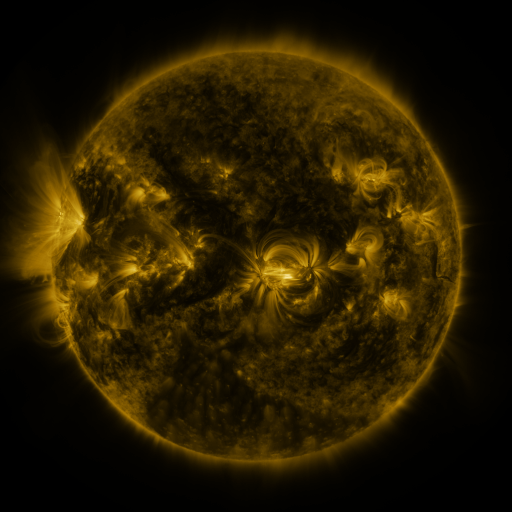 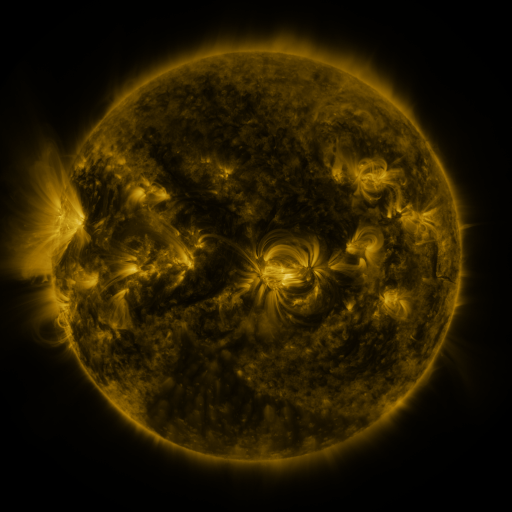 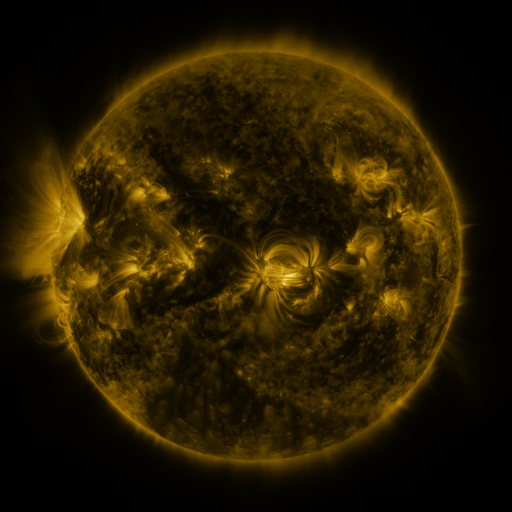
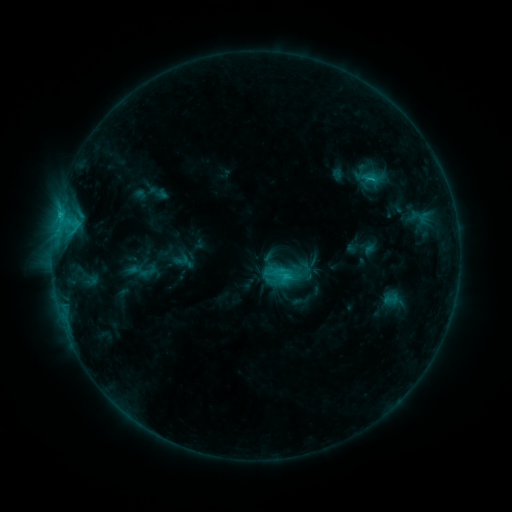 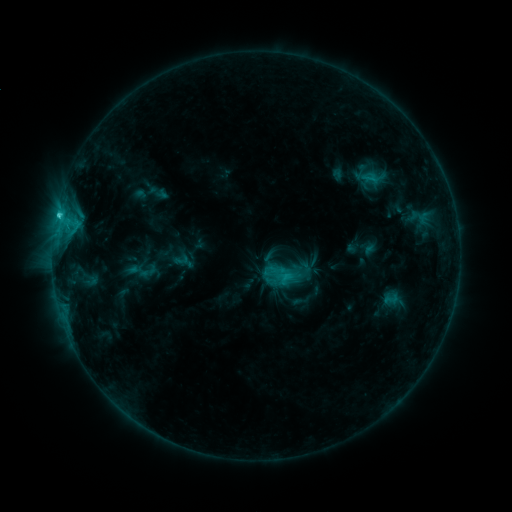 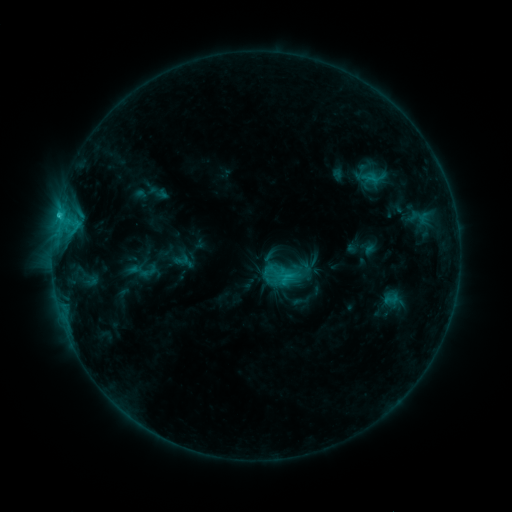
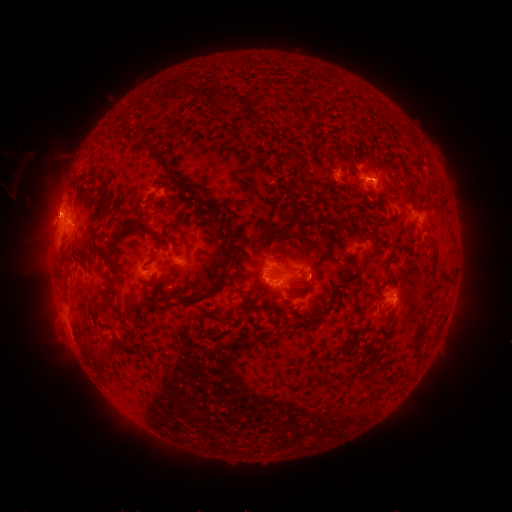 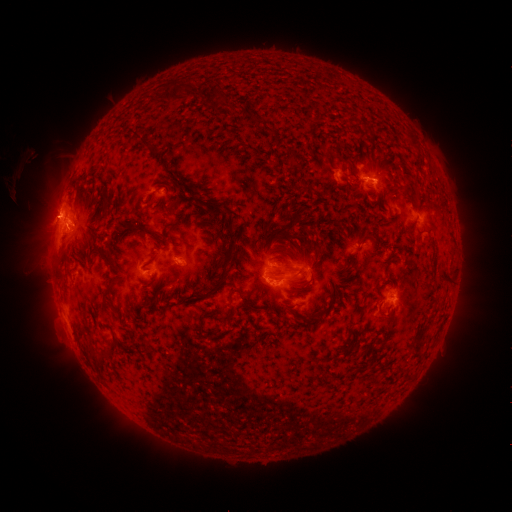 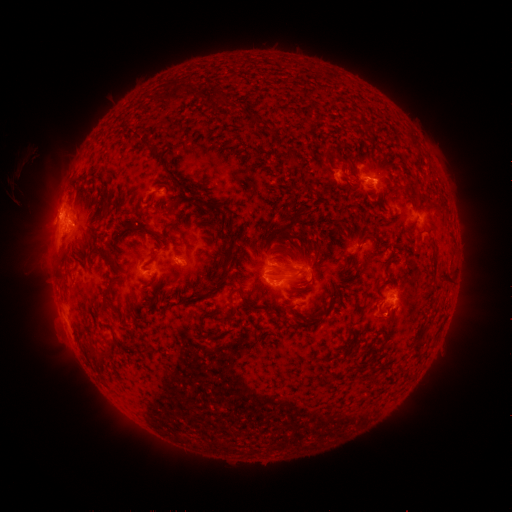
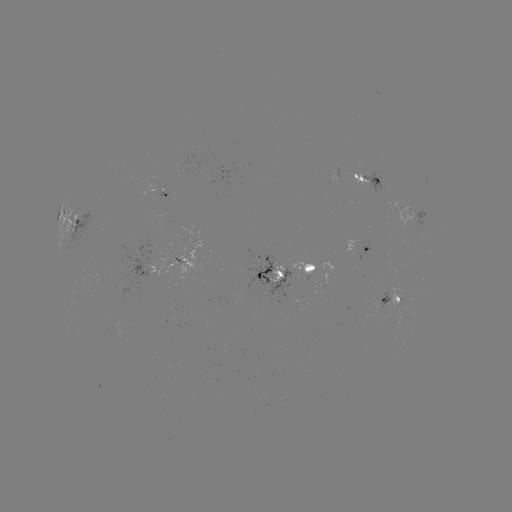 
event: flare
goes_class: C1.9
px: (59, 217)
